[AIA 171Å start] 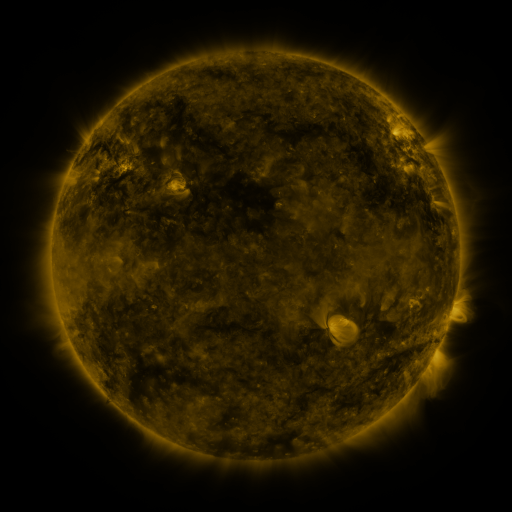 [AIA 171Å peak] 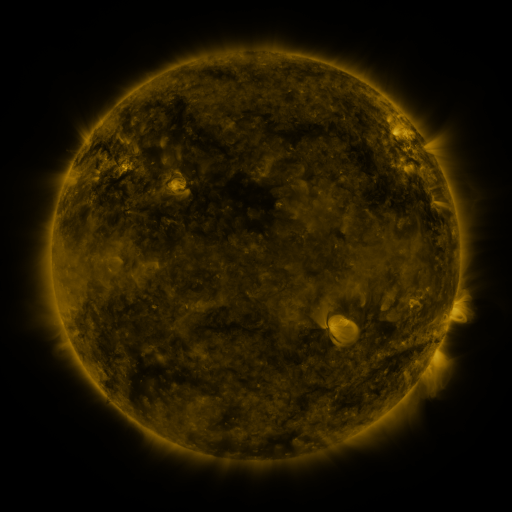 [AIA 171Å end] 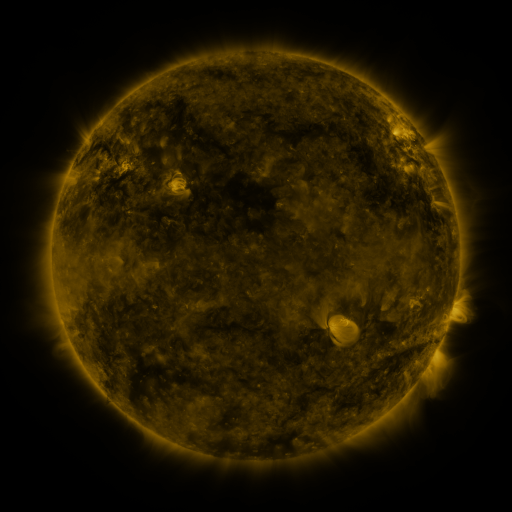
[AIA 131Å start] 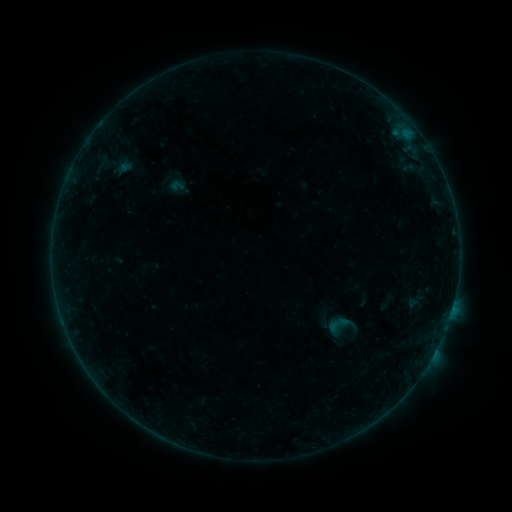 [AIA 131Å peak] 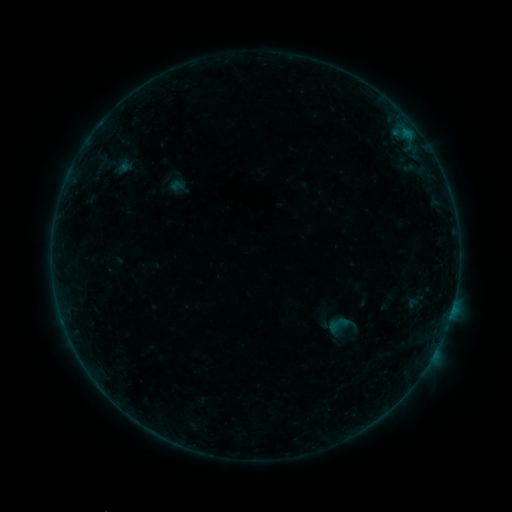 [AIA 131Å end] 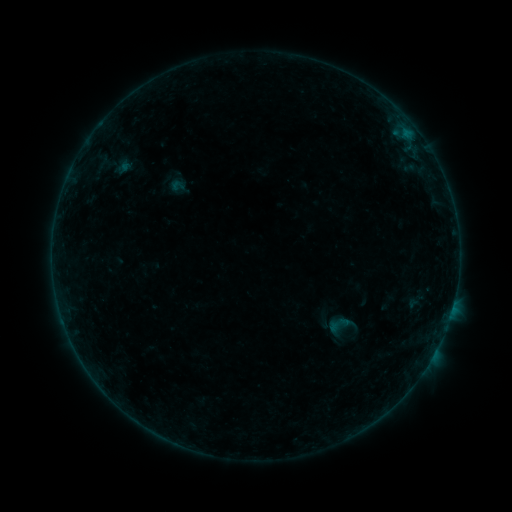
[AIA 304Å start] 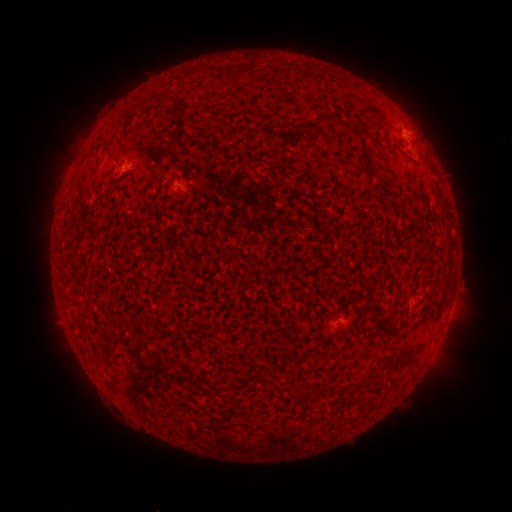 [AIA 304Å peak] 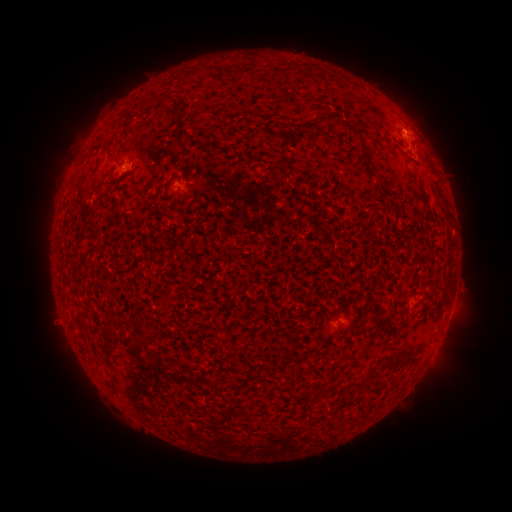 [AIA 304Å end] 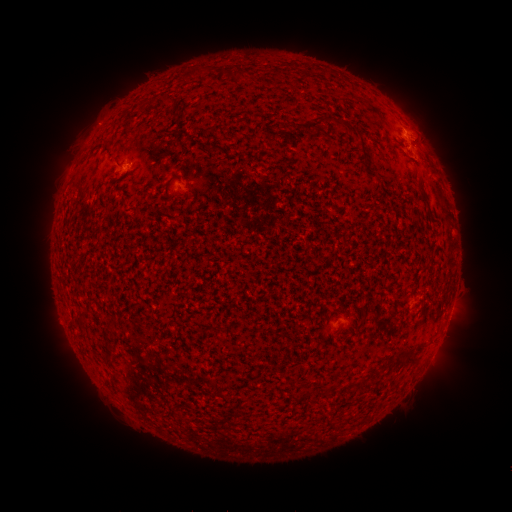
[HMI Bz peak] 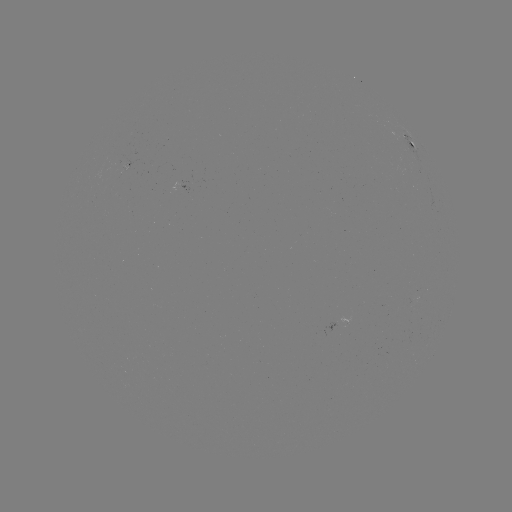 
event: flare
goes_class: B1.4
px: (403, 131)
